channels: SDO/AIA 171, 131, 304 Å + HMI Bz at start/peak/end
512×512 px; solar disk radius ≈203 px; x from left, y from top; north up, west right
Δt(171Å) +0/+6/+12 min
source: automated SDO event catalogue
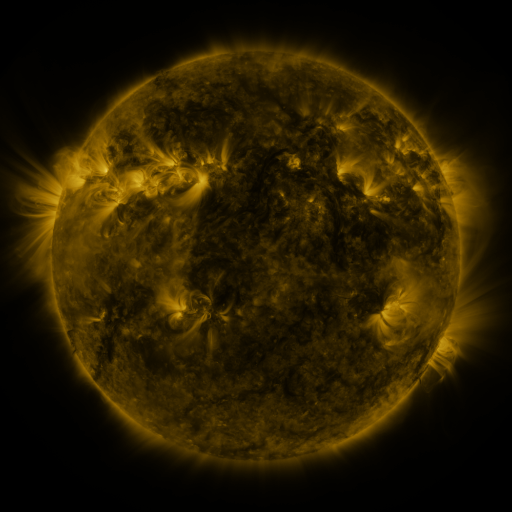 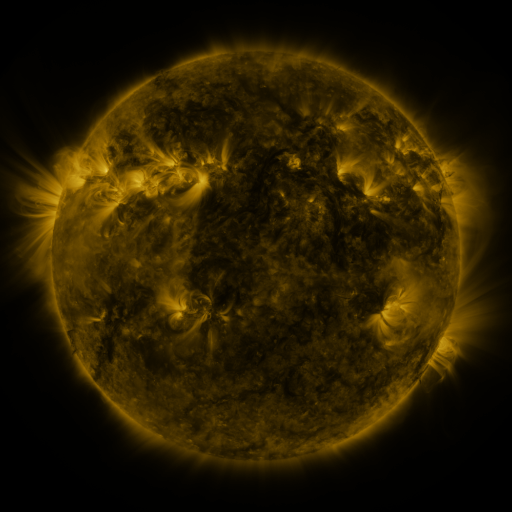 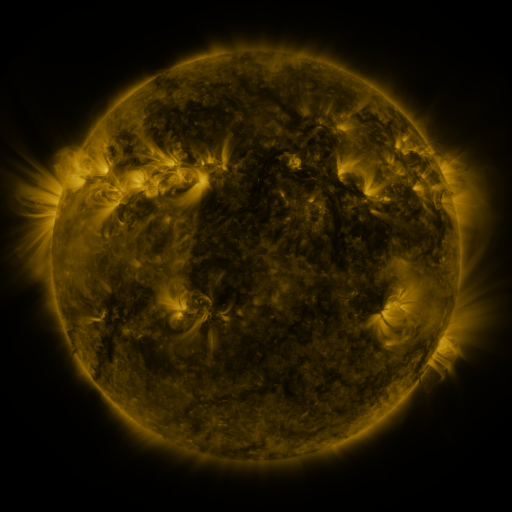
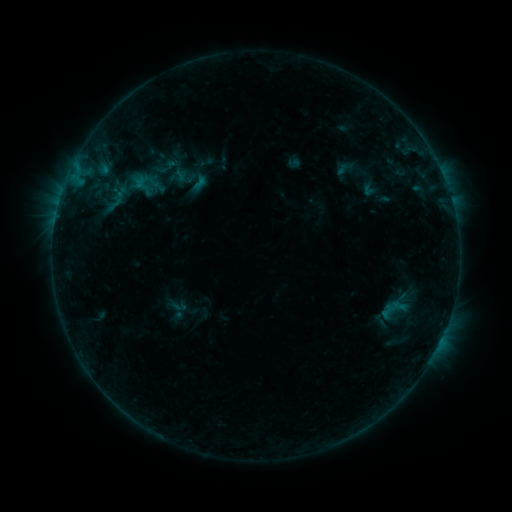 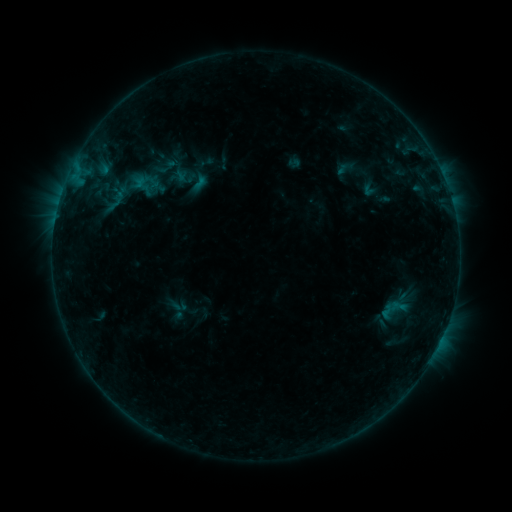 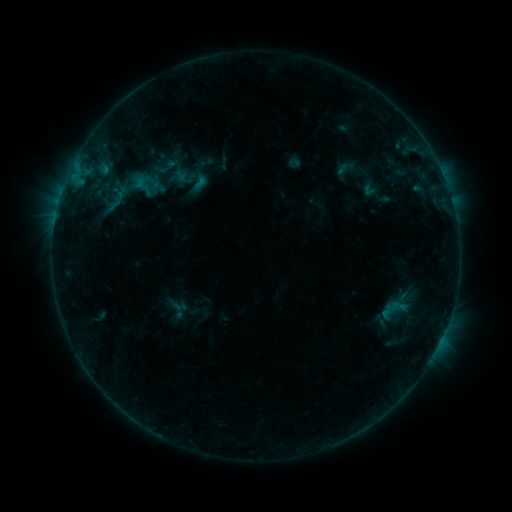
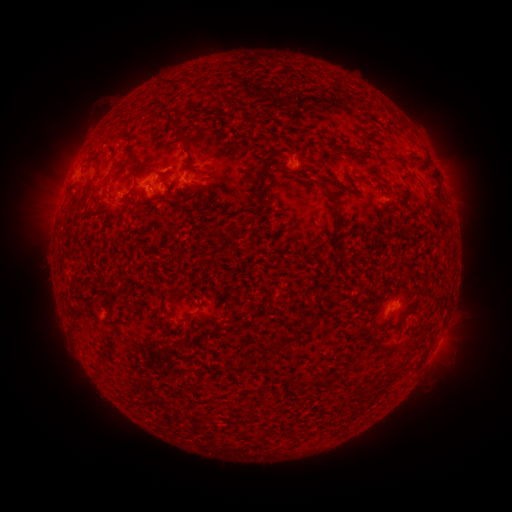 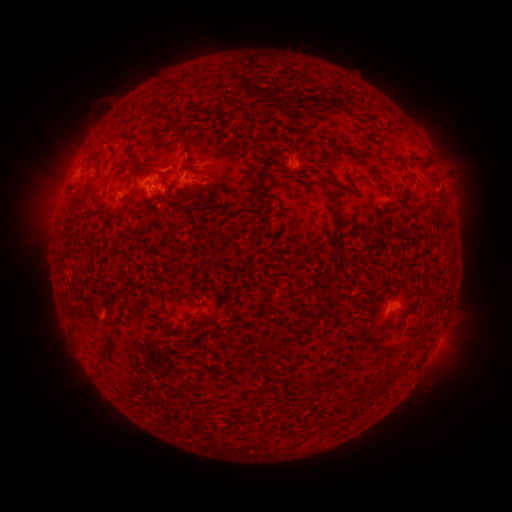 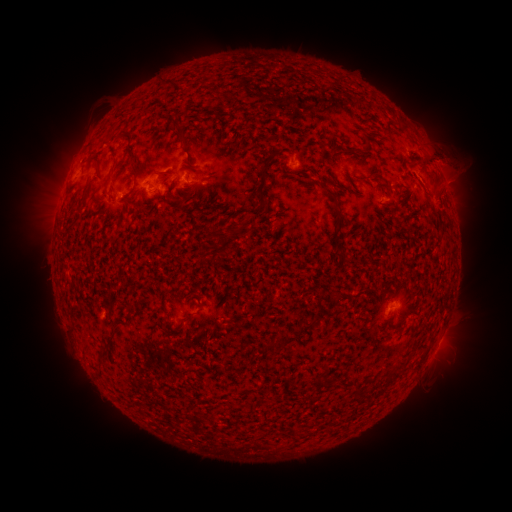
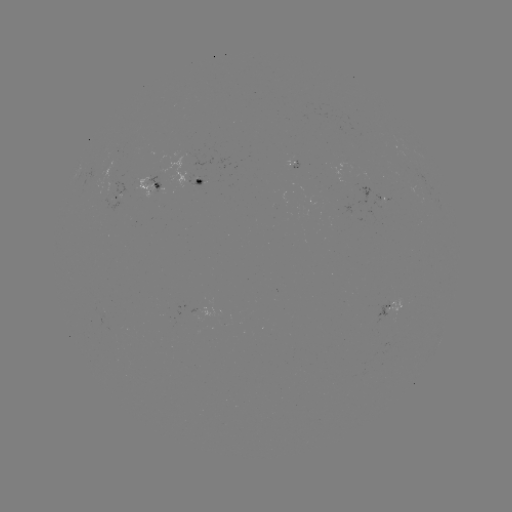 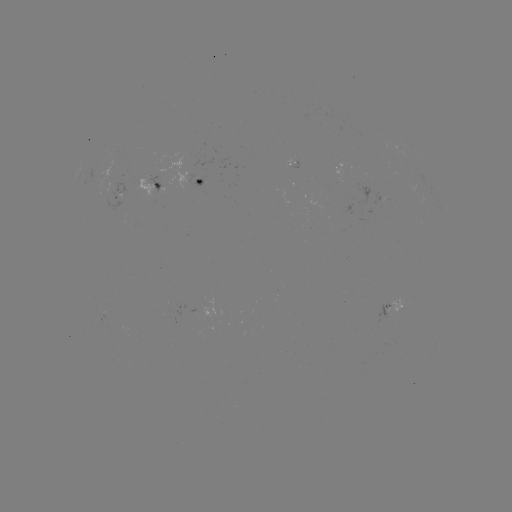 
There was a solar eruption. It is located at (439, 108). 